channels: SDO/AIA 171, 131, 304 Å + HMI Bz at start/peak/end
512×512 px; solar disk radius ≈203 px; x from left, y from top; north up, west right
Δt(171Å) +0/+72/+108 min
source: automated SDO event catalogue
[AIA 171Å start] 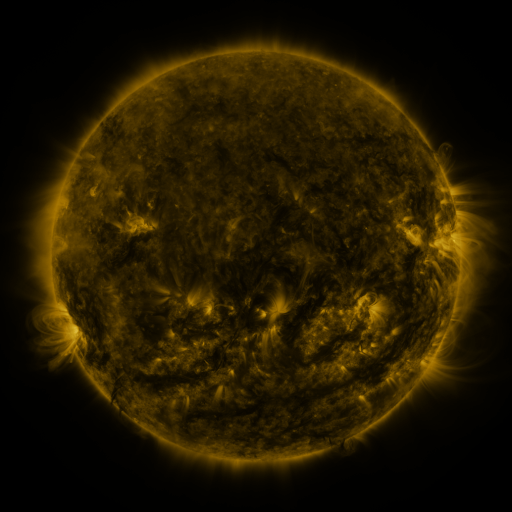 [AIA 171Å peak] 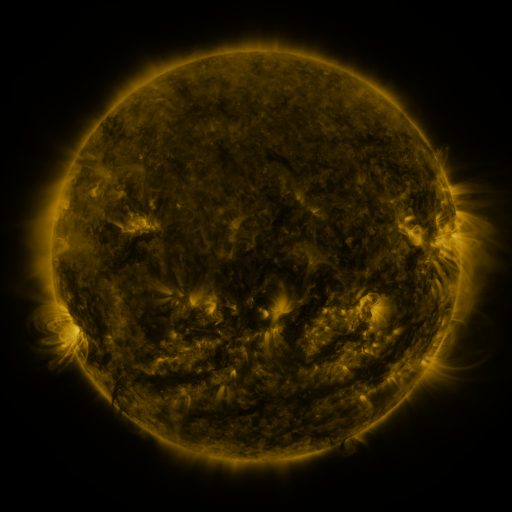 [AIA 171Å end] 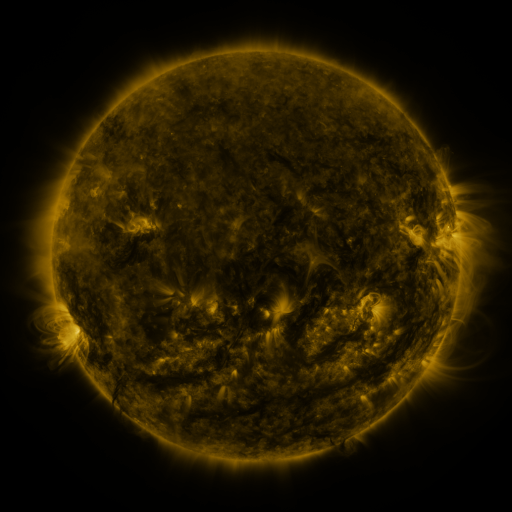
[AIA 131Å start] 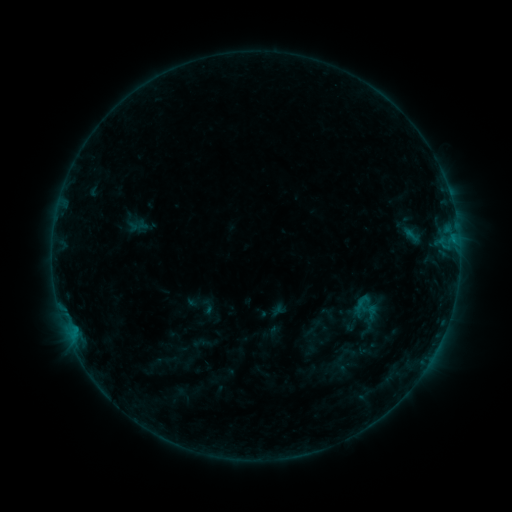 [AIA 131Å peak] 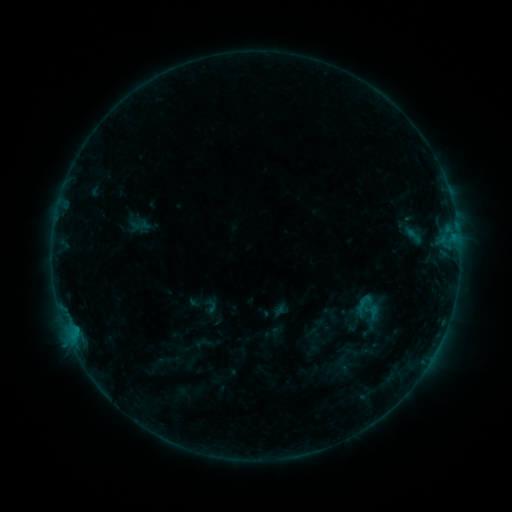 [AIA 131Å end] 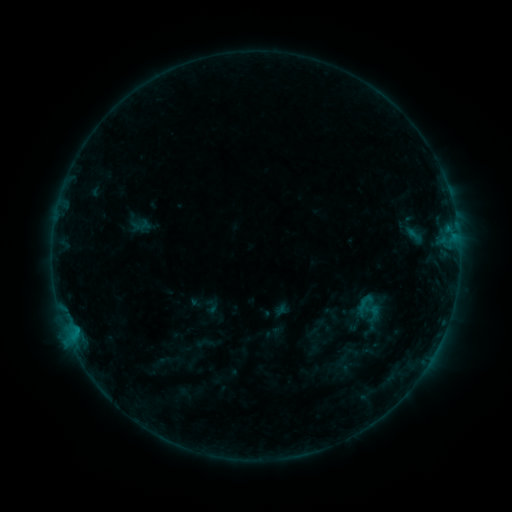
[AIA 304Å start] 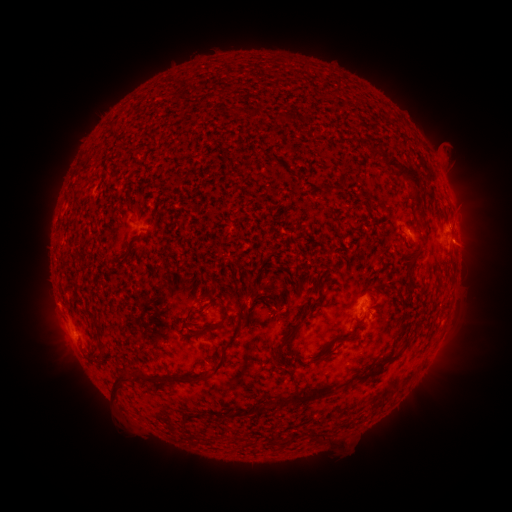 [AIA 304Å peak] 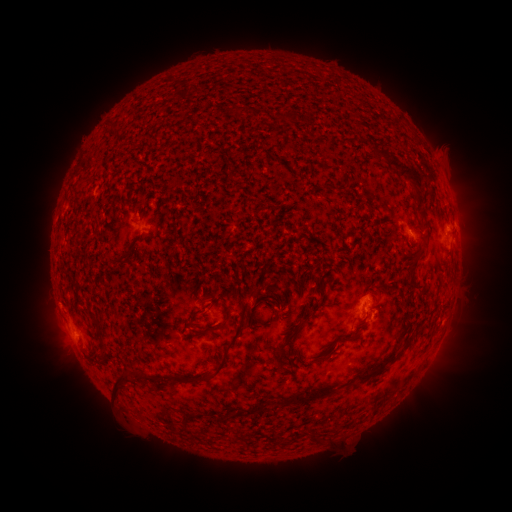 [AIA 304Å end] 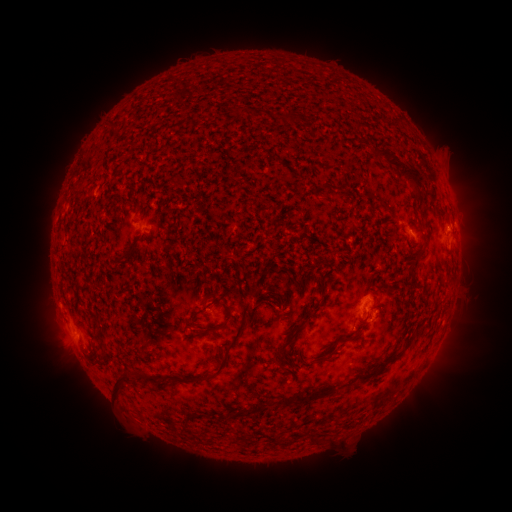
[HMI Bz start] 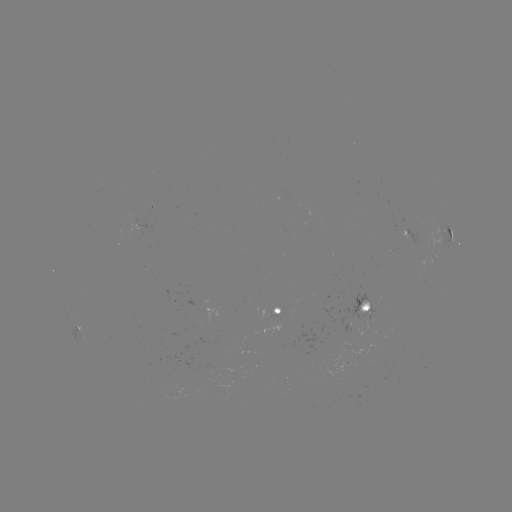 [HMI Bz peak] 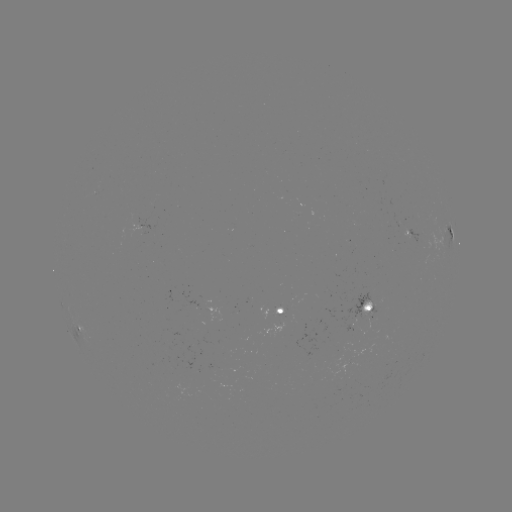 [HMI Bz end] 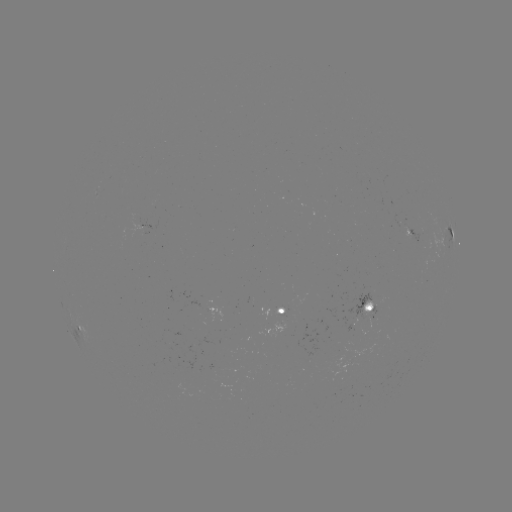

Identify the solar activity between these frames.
emerging-flux region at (403, 228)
